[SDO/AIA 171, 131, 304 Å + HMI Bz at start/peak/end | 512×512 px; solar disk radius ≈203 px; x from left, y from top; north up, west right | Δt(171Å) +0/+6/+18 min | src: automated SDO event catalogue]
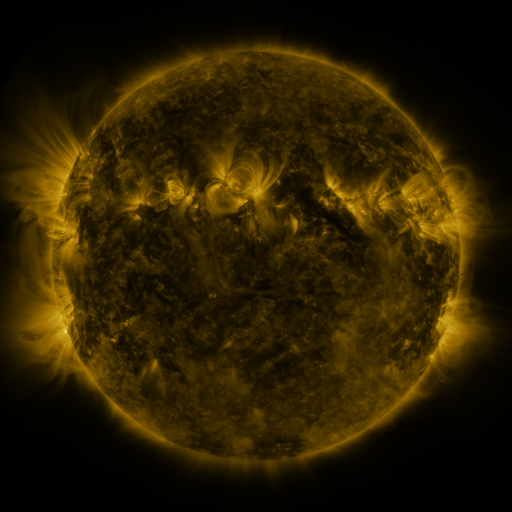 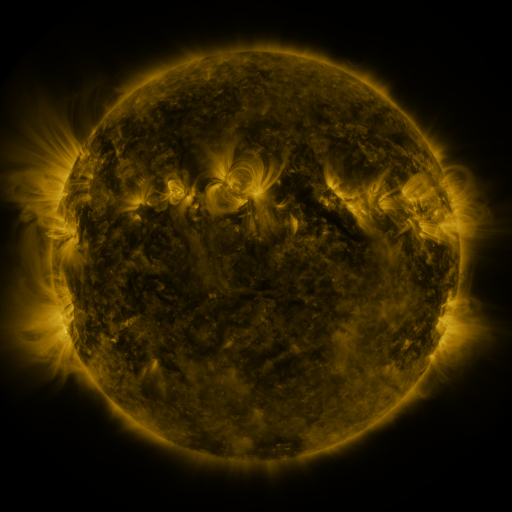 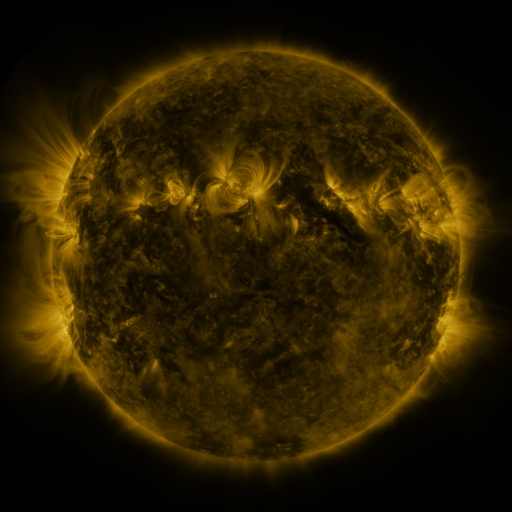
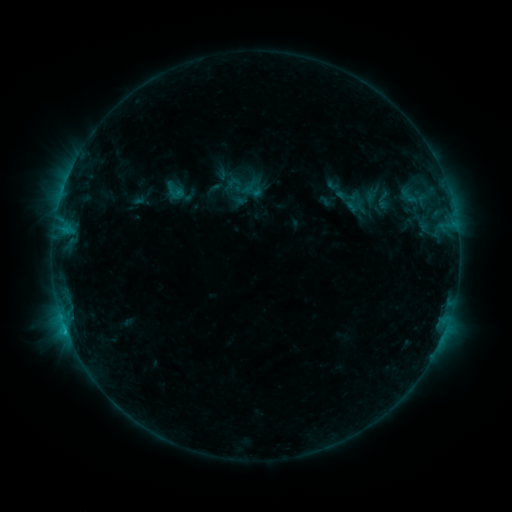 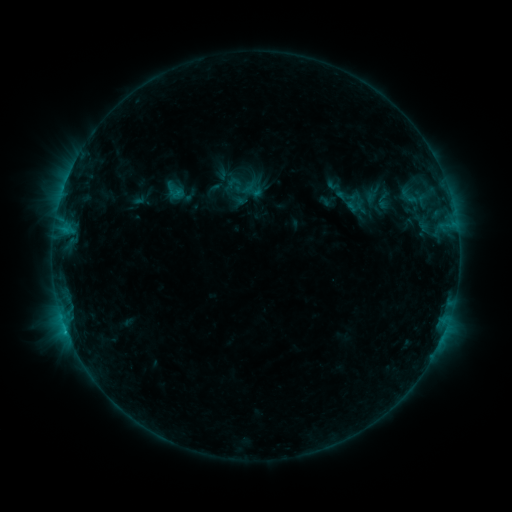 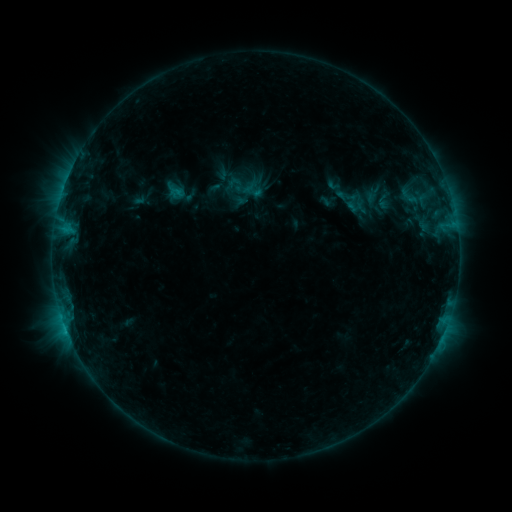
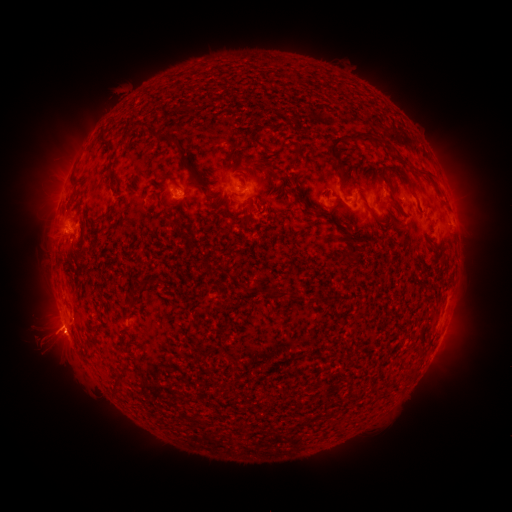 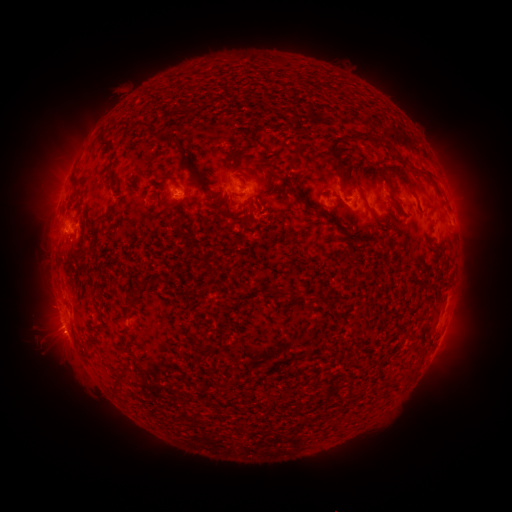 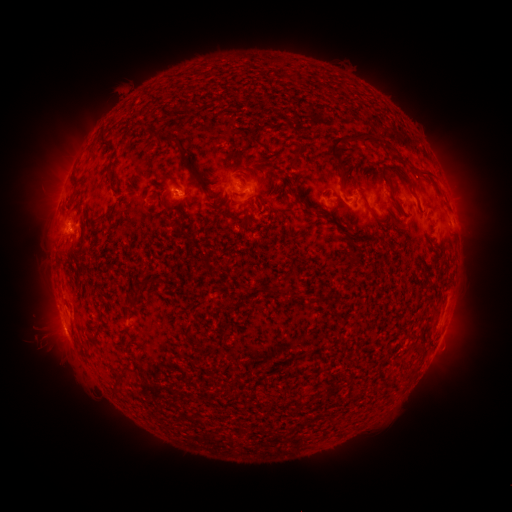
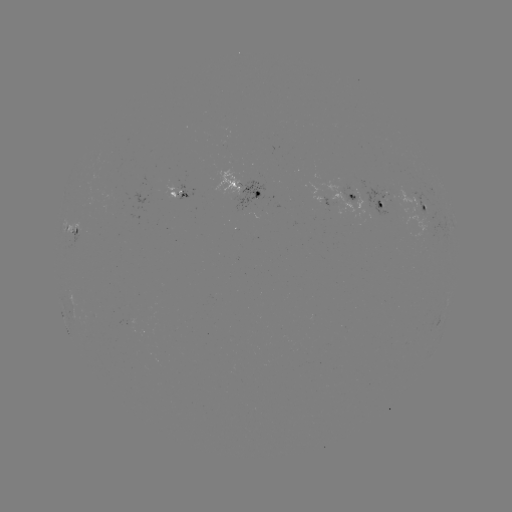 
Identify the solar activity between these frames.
eruption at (50, 327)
